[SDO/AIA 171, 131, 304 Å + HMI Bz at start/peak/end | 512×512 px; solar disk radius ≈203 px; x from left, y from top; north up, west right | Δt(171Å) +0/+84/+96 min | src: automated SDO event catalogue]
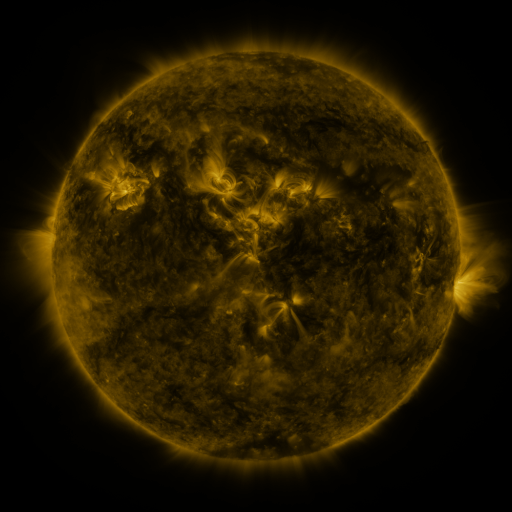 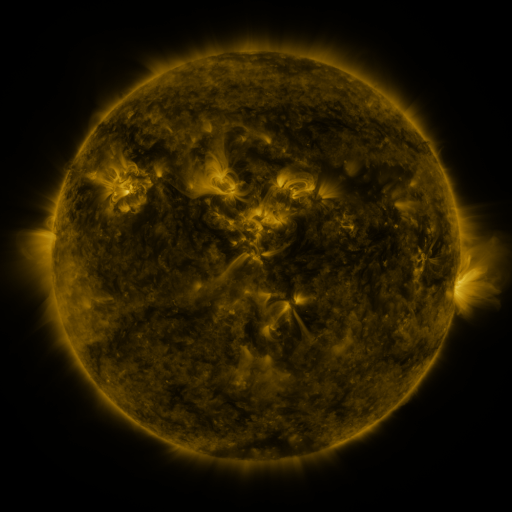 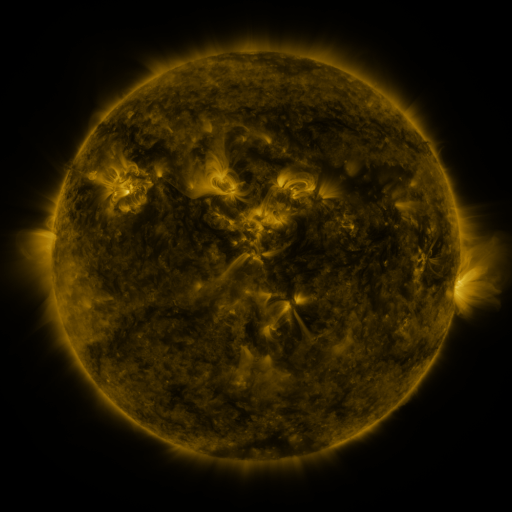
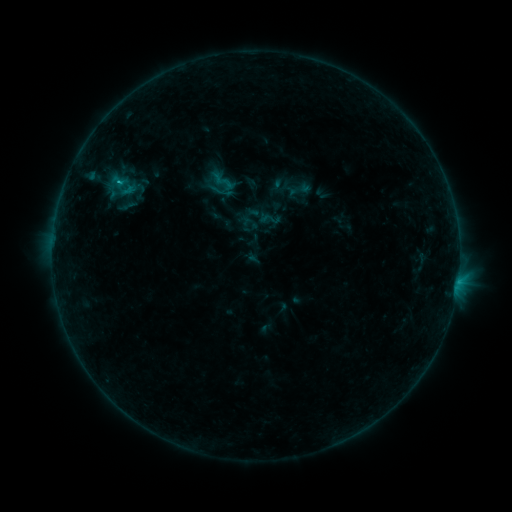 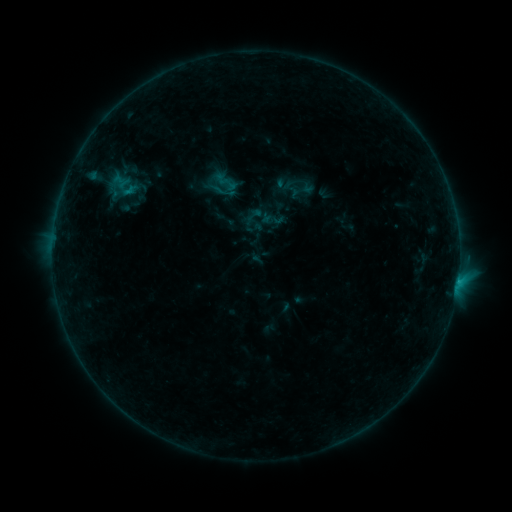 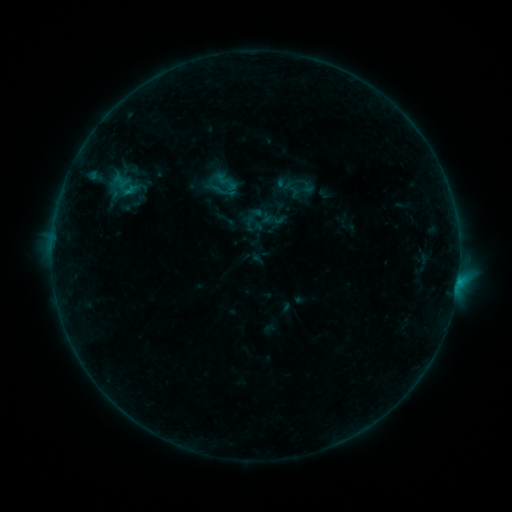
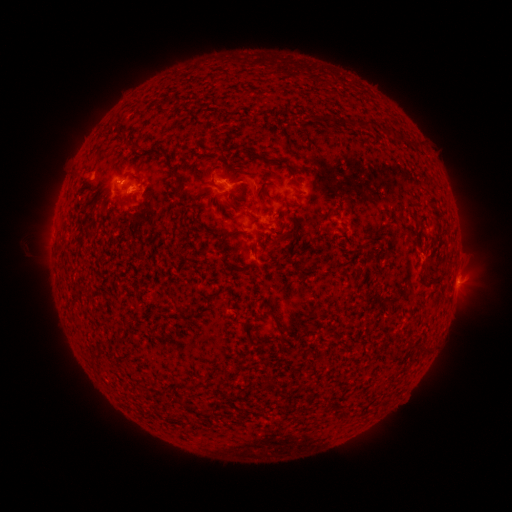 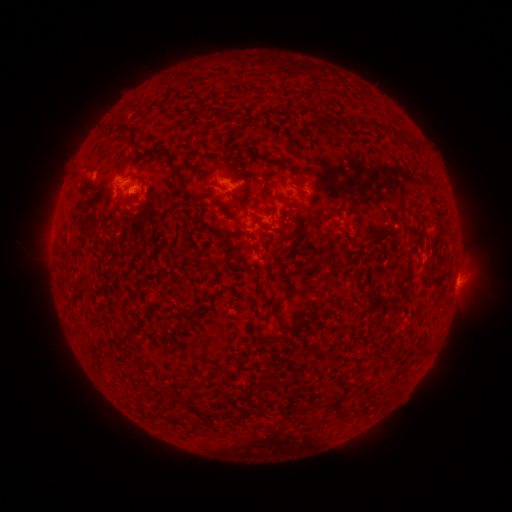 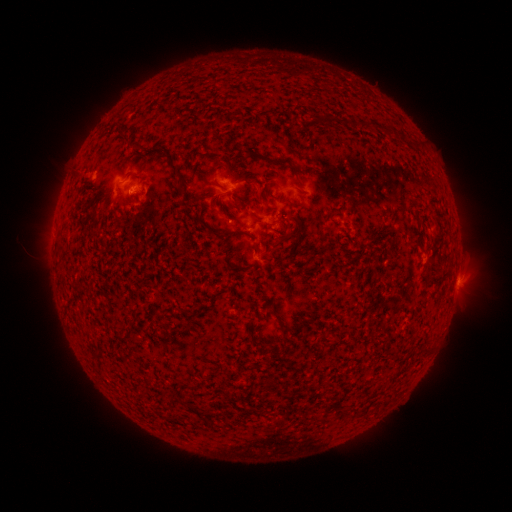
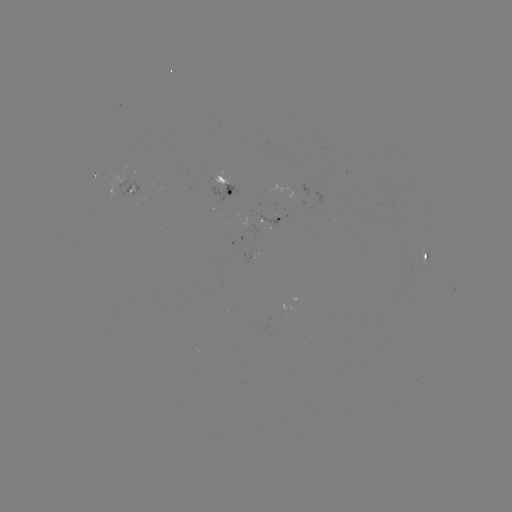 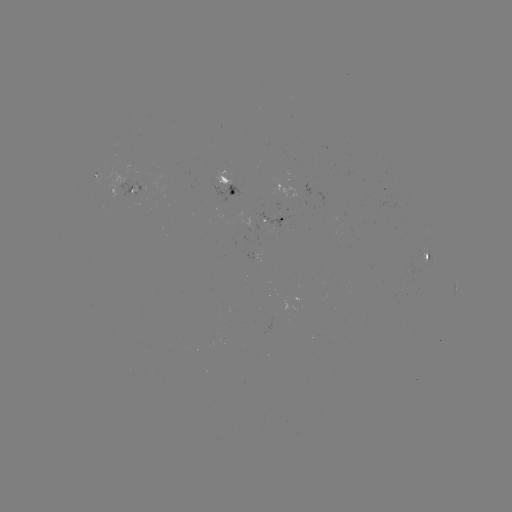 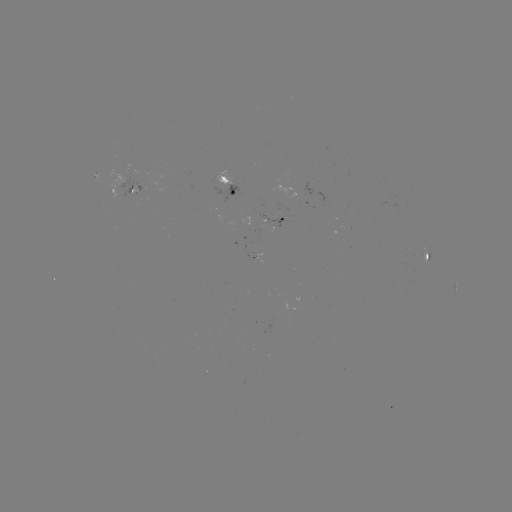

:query emerging-flux region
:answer (135, 192)